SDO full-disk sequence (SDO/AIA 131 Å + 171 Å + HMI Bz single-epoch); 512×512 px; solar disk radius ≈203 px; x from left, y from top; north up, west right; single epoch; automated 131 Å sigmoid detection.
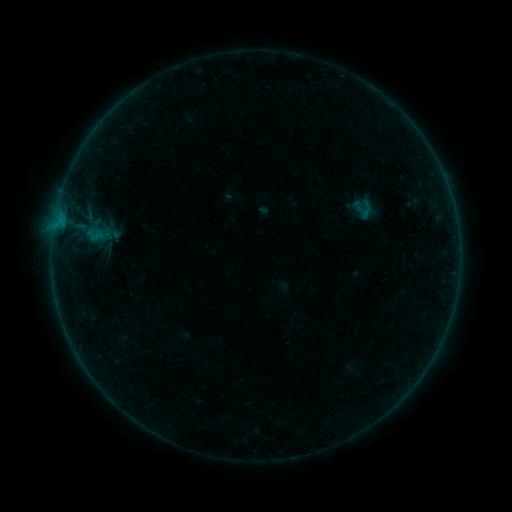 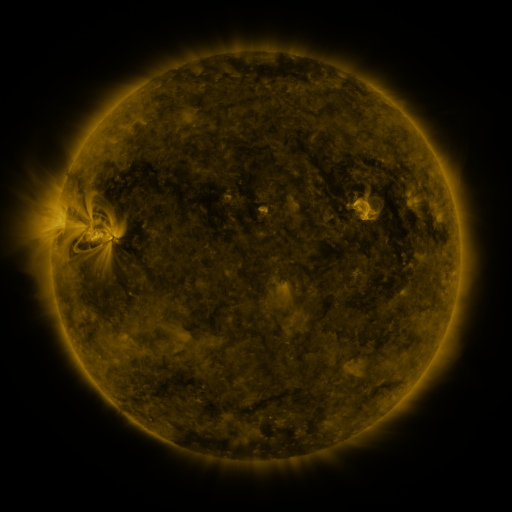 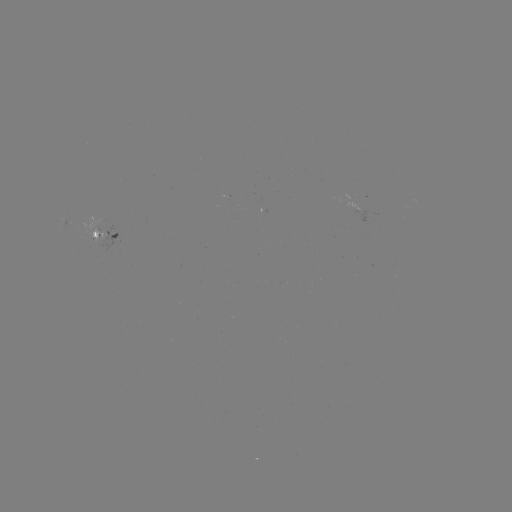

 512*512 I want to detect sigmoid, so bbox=[351, 204, 372, 221].